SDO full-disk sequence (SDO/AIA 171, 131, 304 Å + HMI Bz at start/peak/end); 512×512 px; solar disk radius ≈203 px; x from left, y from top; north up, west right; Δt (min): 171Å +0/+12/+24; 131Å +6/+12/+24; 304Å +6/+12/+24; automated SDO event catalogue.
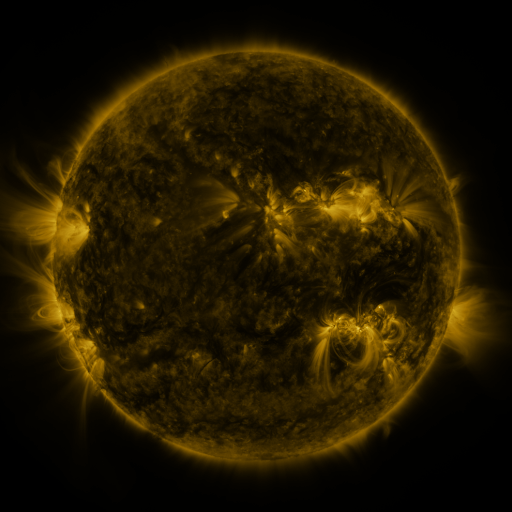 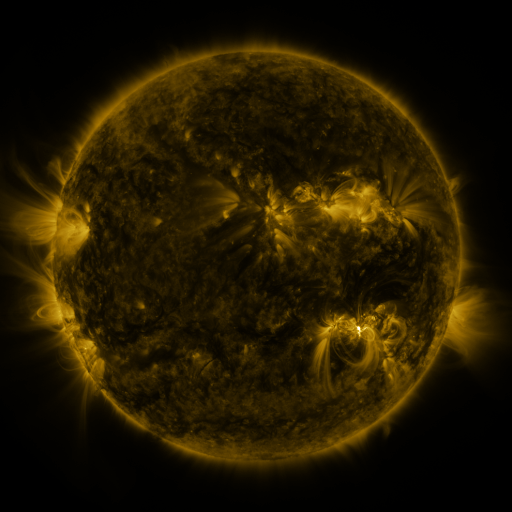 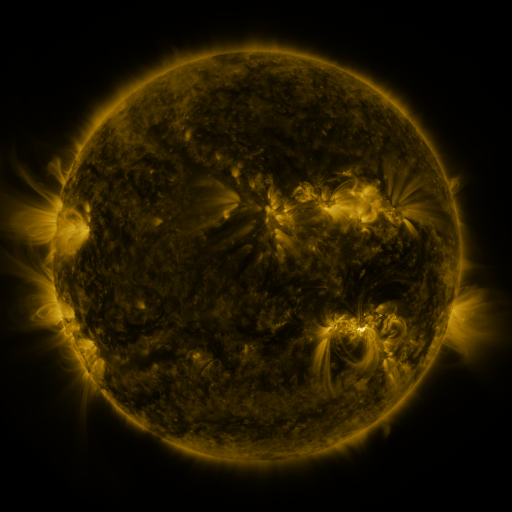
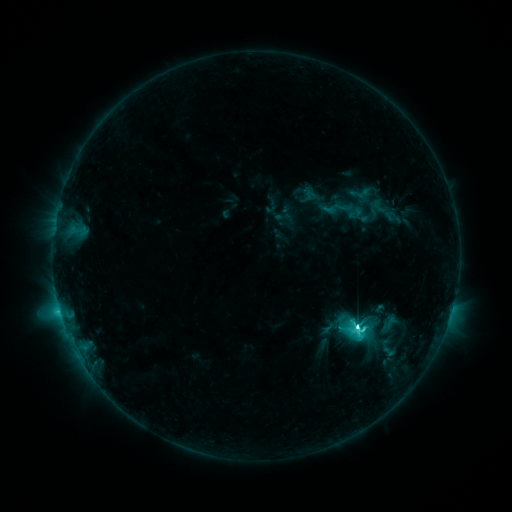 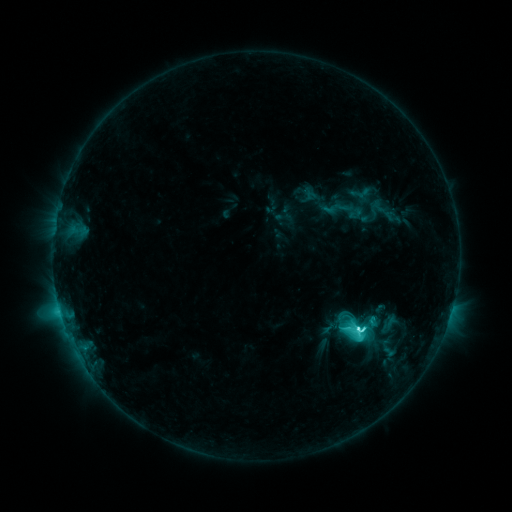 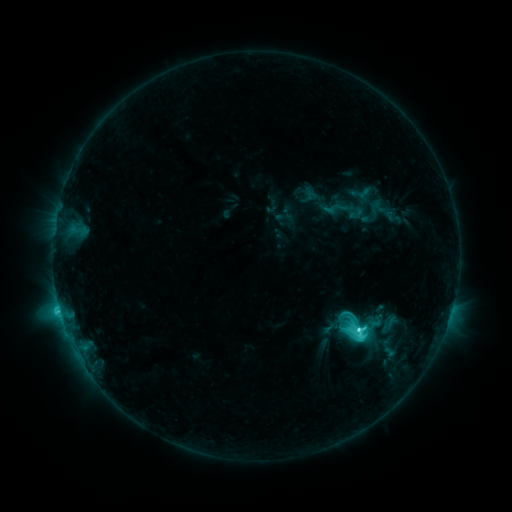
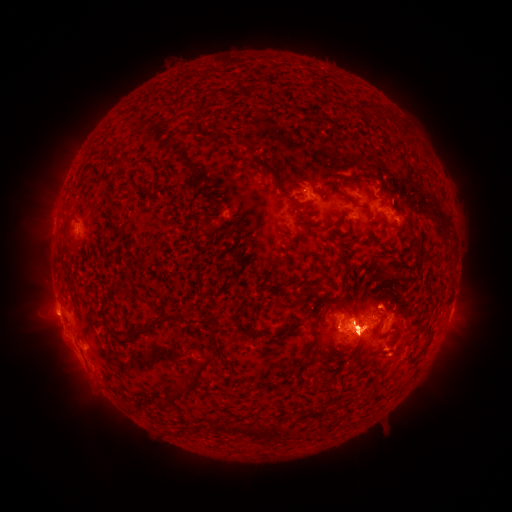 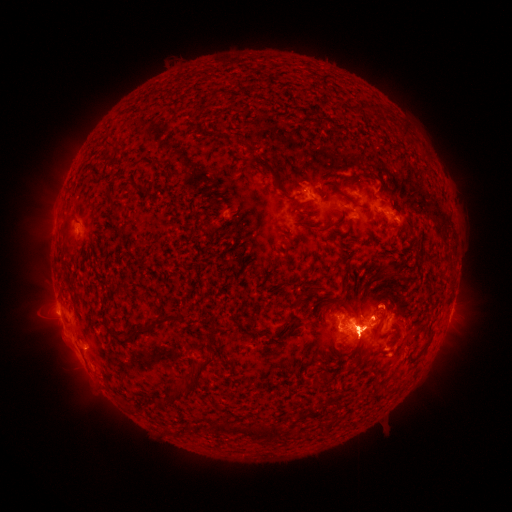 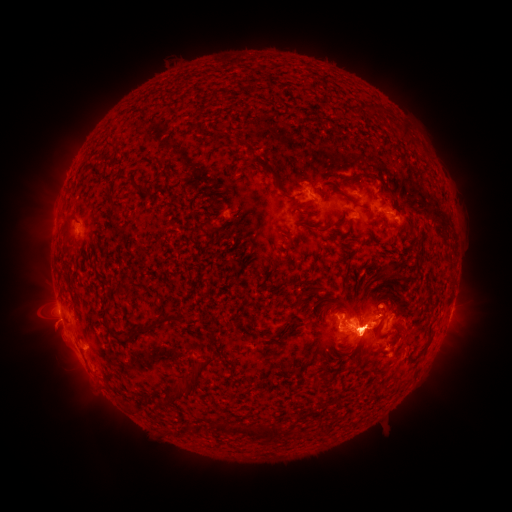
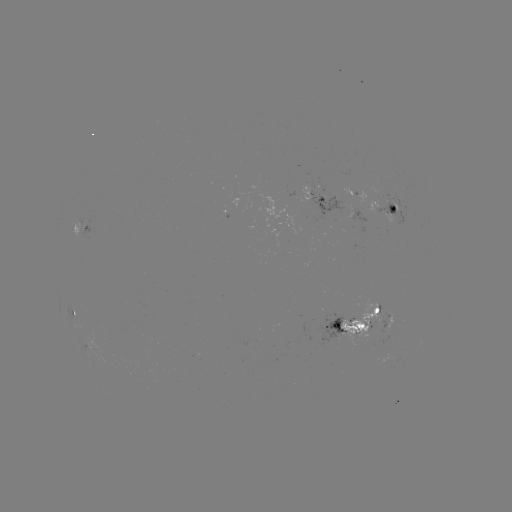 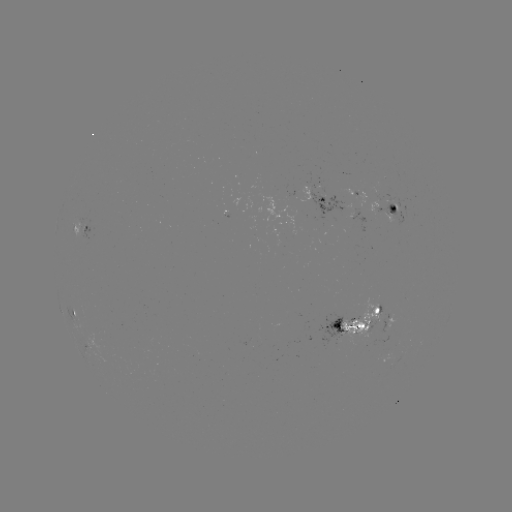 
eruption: <bbox>17, 275, 119, 415</bbox>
